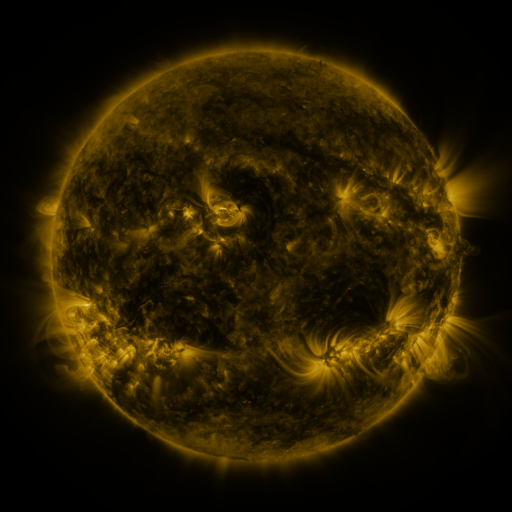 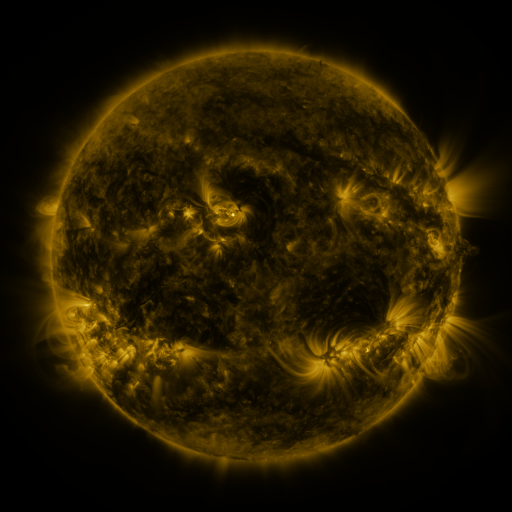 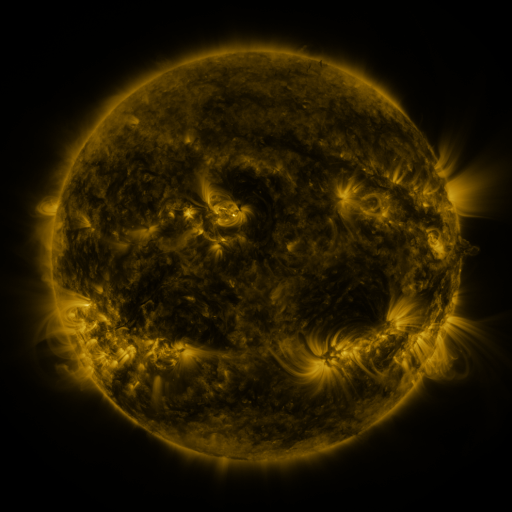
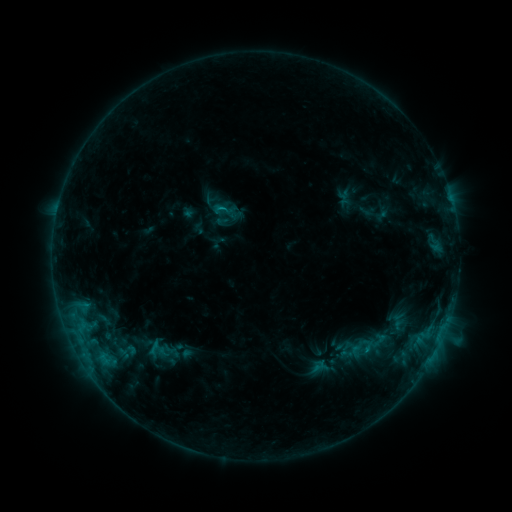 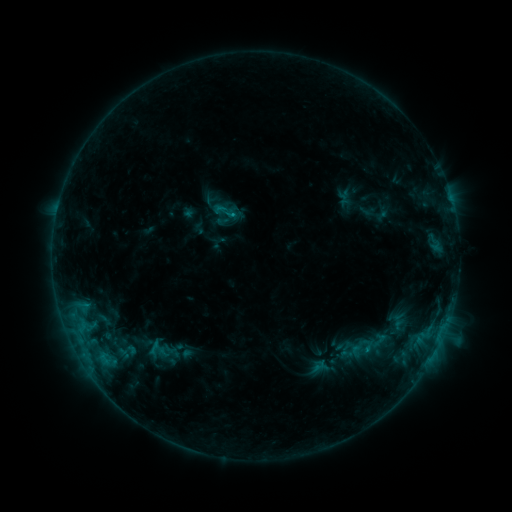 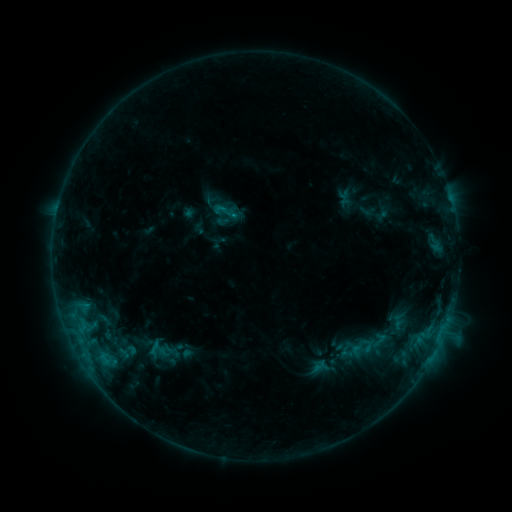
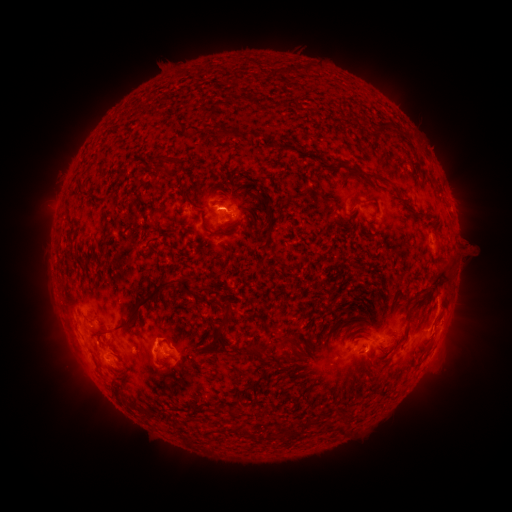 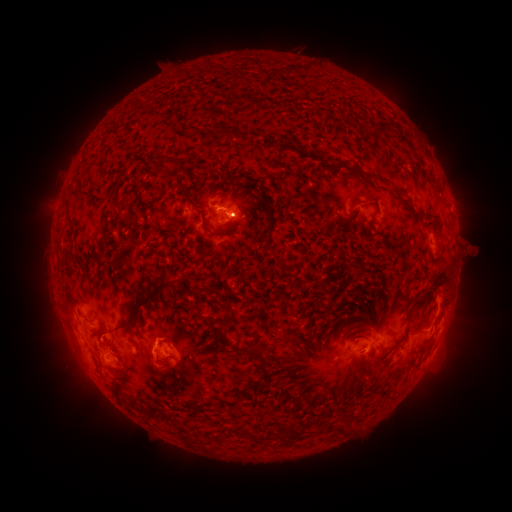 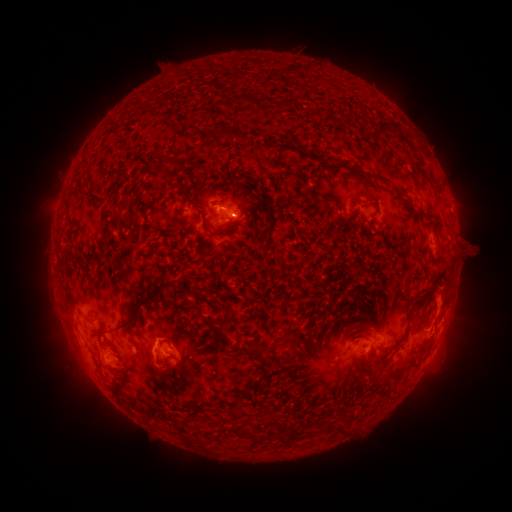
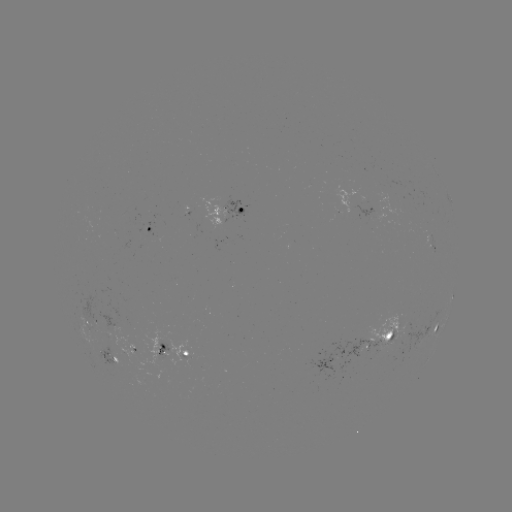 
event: eruption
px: (459, 340)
